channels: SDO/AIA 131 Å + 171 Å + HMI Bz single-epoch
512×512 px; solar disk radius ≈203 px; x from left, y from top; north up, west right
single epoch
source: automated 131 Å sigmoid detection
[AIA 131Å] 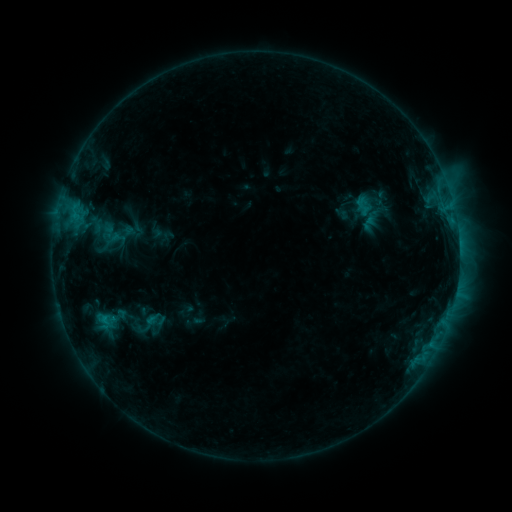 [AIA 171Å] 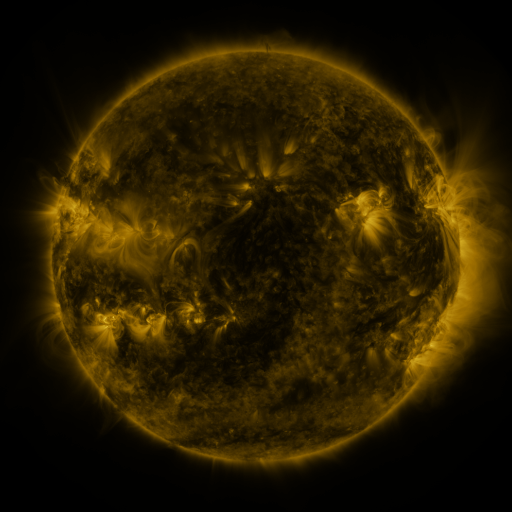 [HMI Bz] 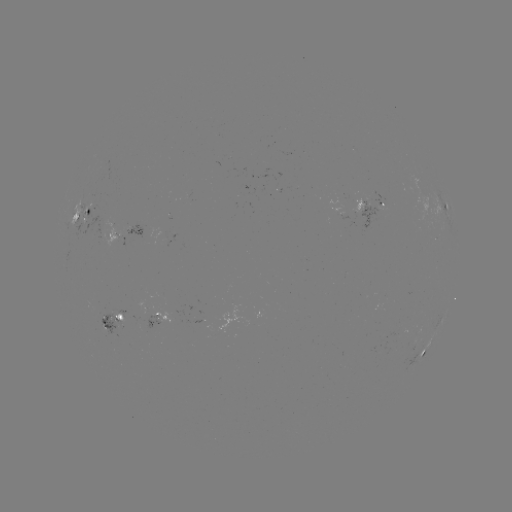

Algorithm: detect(sigmoid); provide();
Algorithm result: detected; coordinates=(148, 324)